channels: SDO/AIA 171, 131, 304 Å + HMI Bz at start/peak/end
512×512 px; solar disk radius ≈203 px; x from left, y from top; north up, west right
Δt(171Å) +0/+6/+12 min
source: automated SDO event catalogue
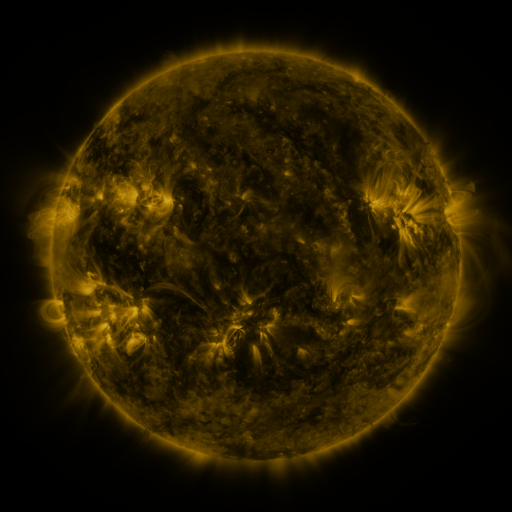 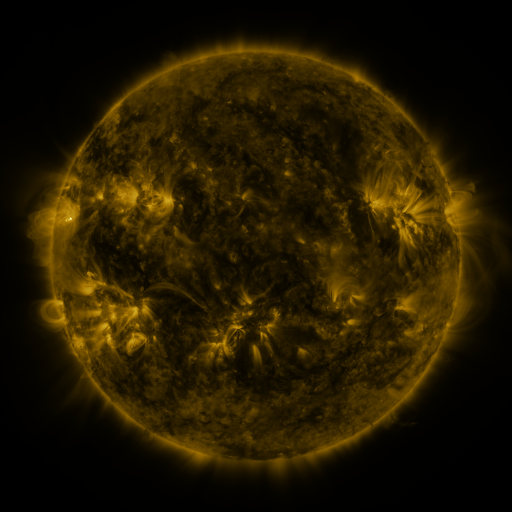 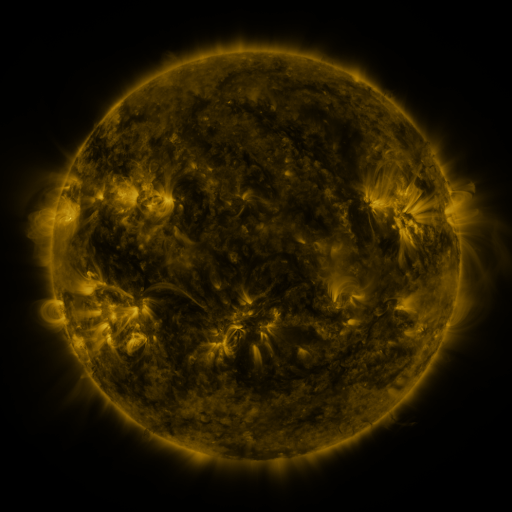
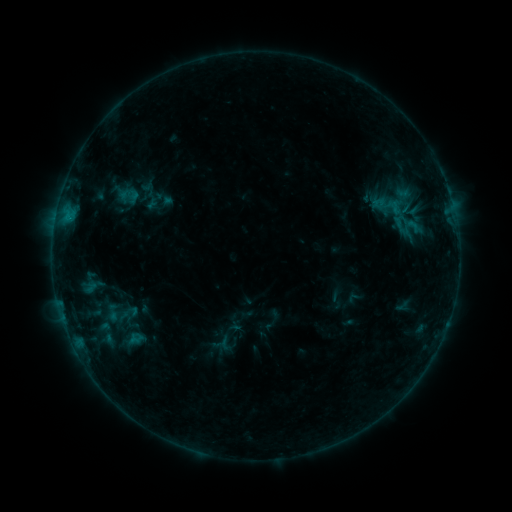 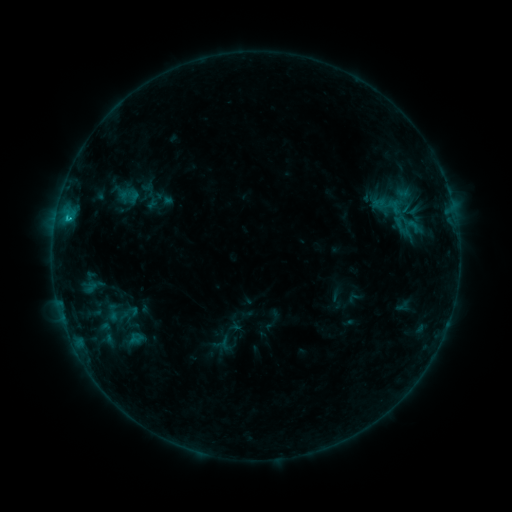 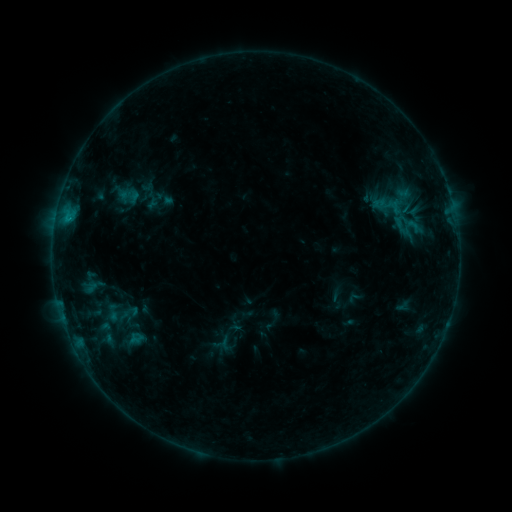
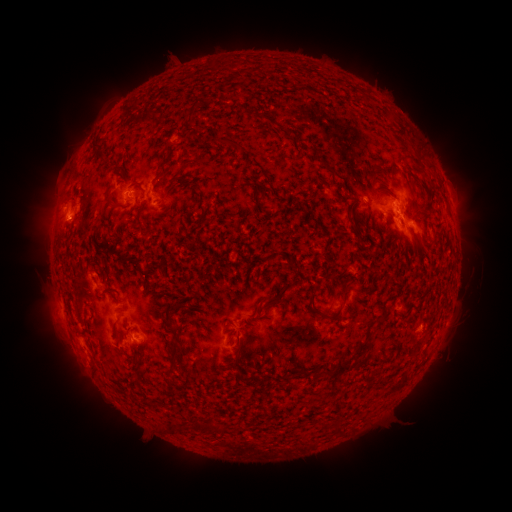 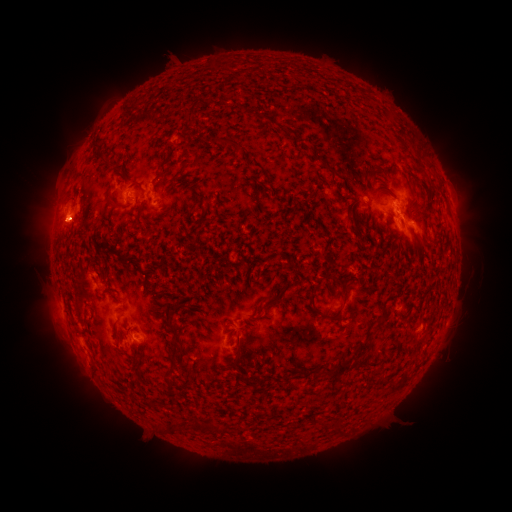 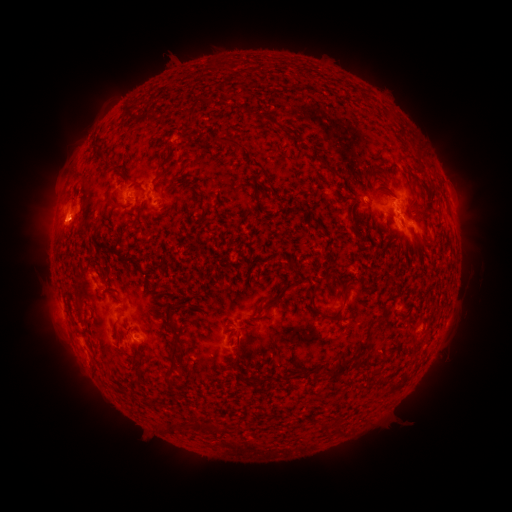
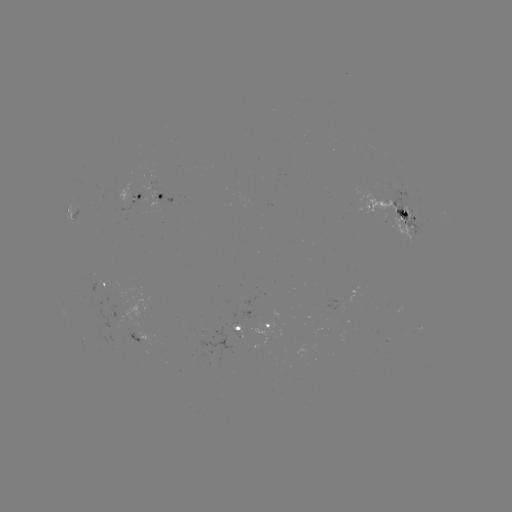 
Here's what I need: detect B8.1 flare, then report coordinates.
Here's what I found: B8.1 flare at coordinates [69, 220].